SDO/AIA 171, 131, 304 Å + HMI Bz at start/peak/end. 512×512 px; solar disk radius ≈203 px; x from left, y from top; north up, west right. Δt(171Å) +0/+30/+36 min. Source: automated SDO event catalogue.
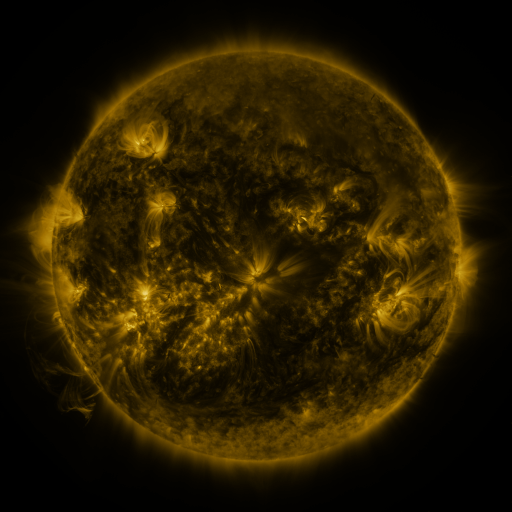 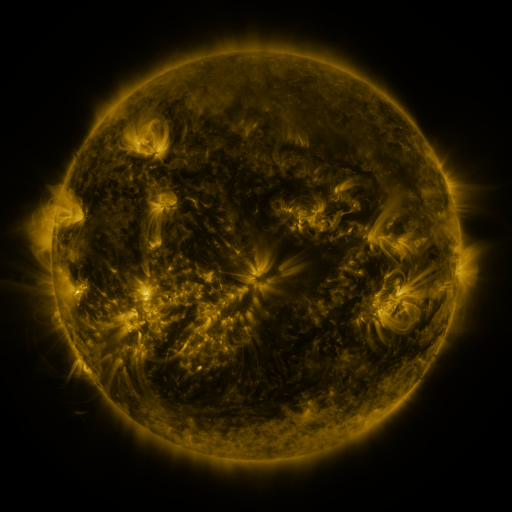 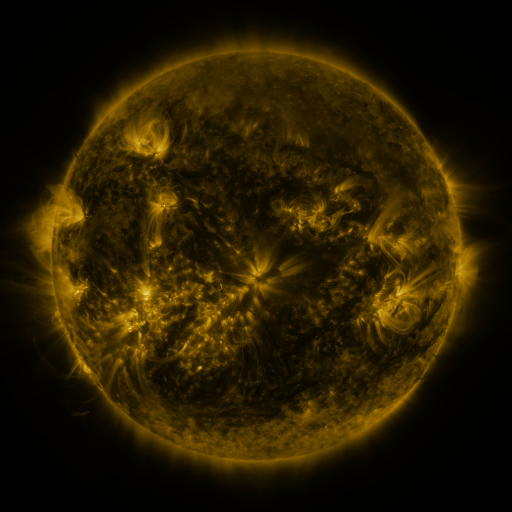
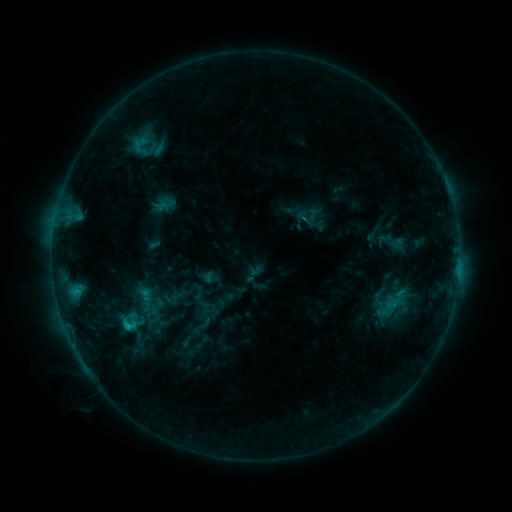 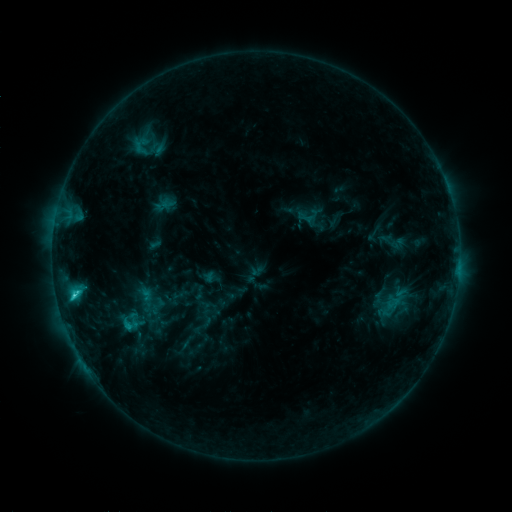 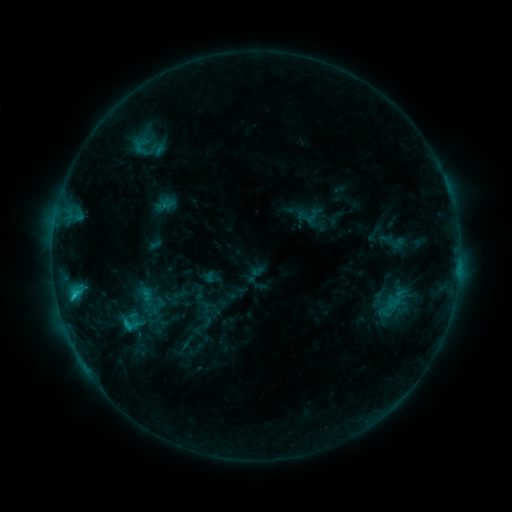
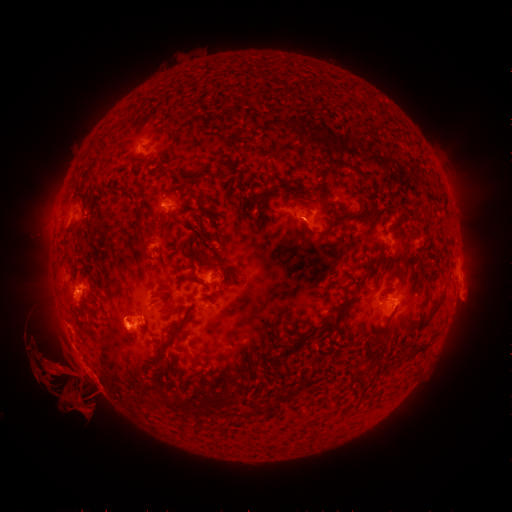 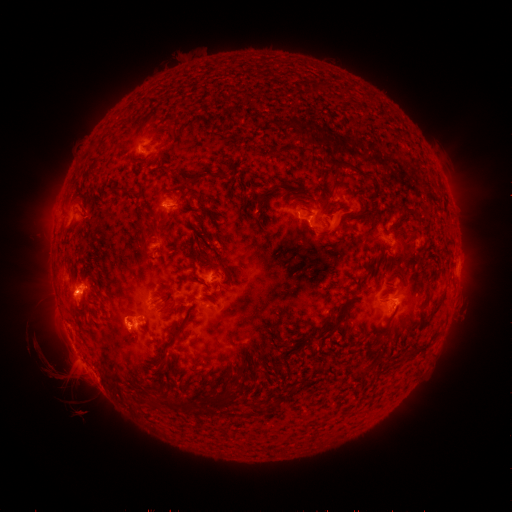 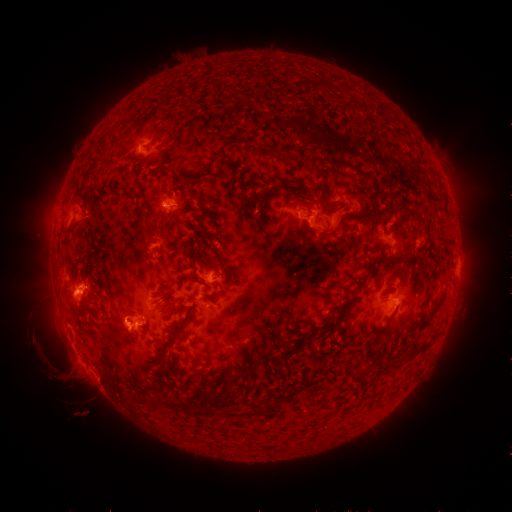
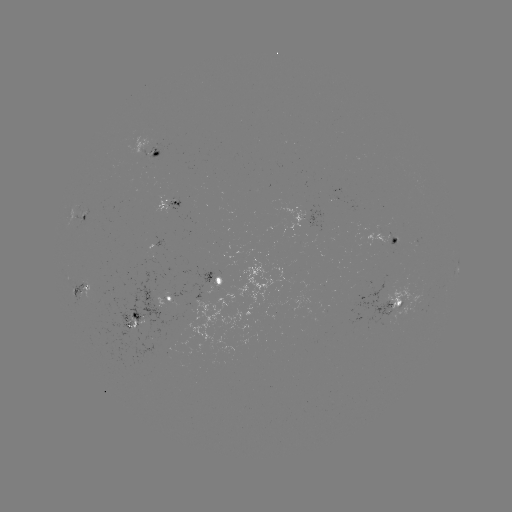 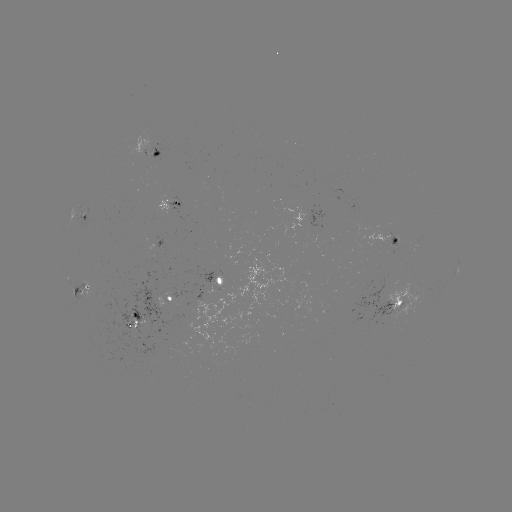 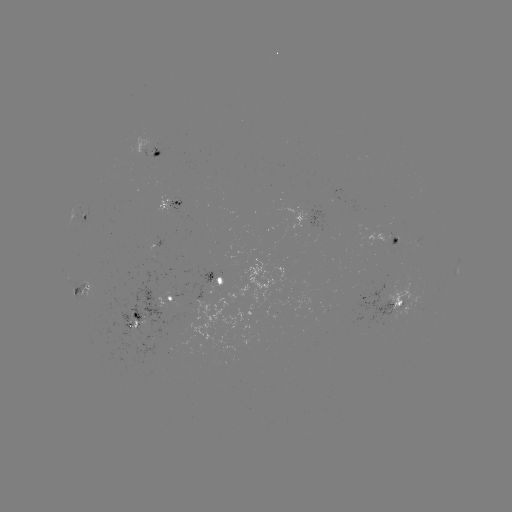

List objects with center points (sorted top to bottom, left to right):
C2.5 flare: (74, 293)
